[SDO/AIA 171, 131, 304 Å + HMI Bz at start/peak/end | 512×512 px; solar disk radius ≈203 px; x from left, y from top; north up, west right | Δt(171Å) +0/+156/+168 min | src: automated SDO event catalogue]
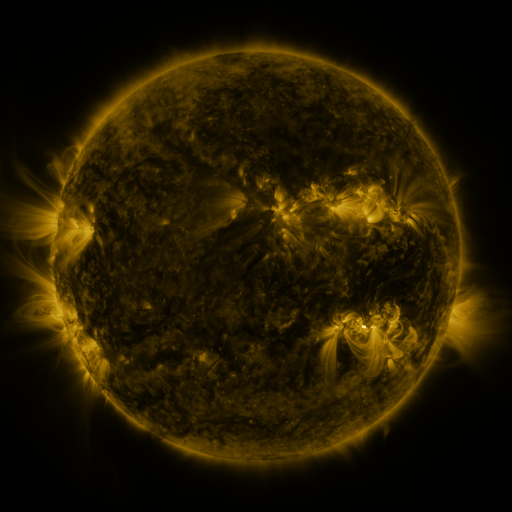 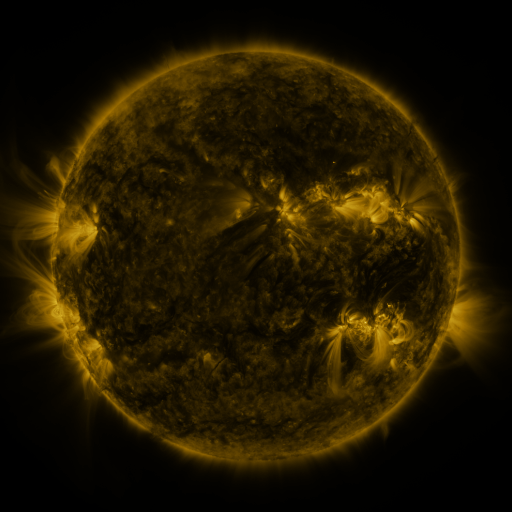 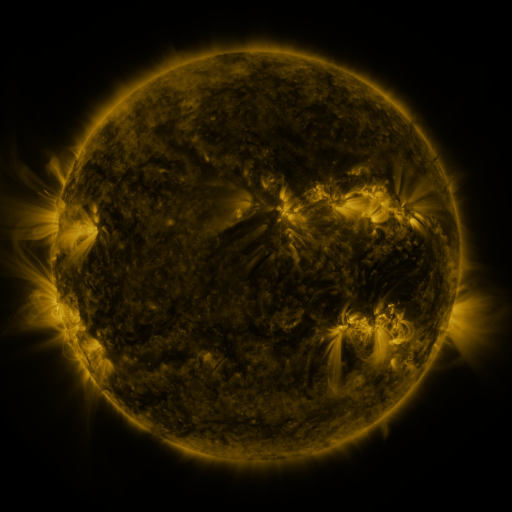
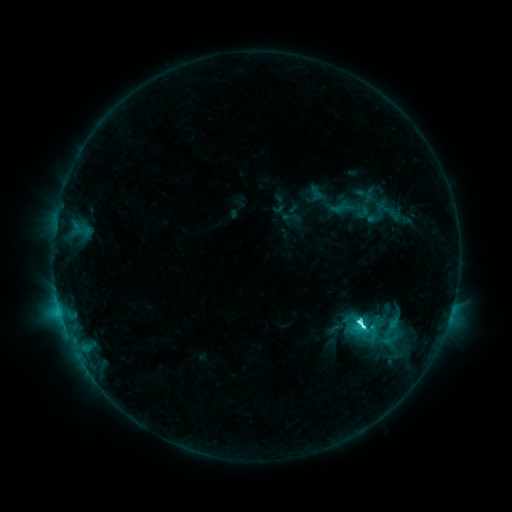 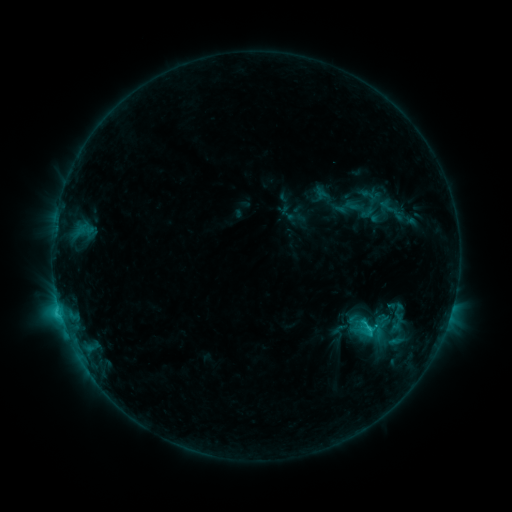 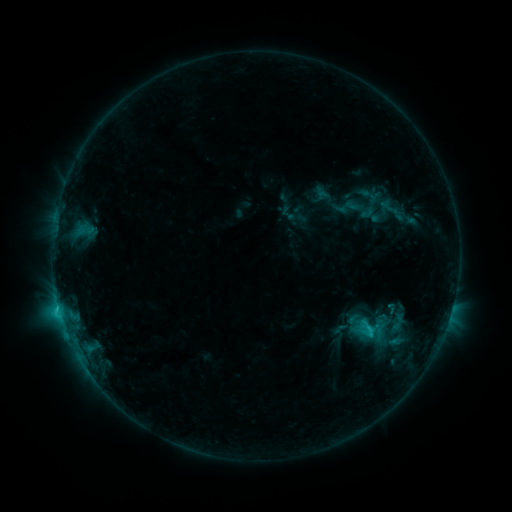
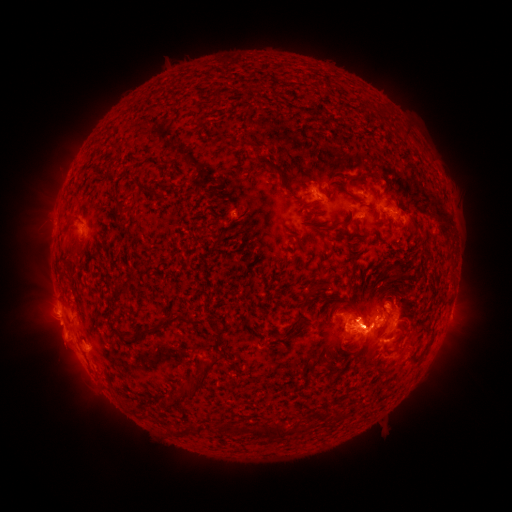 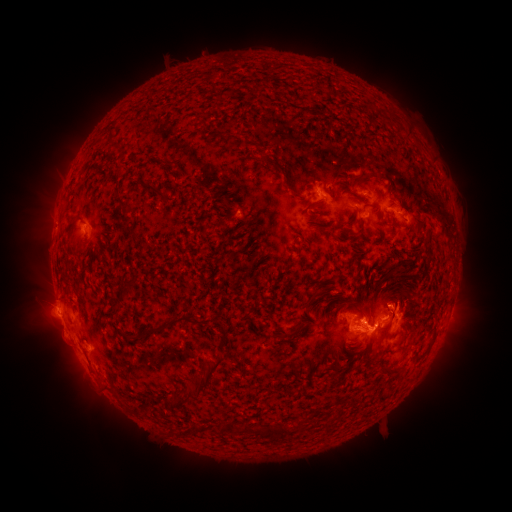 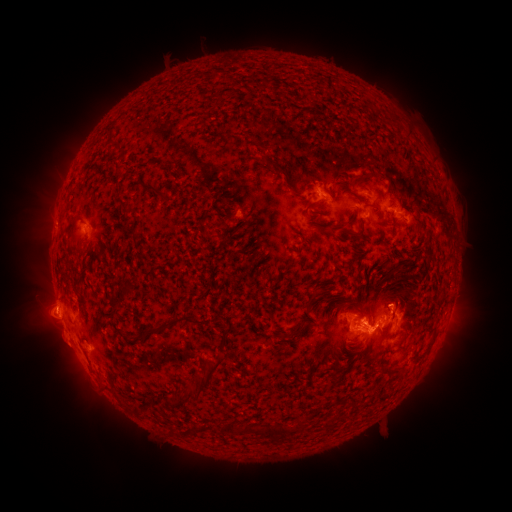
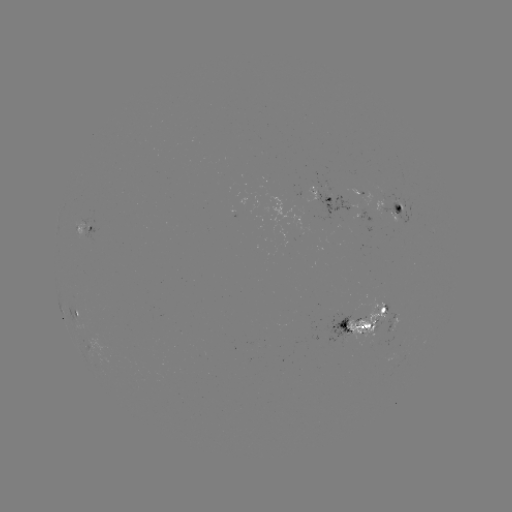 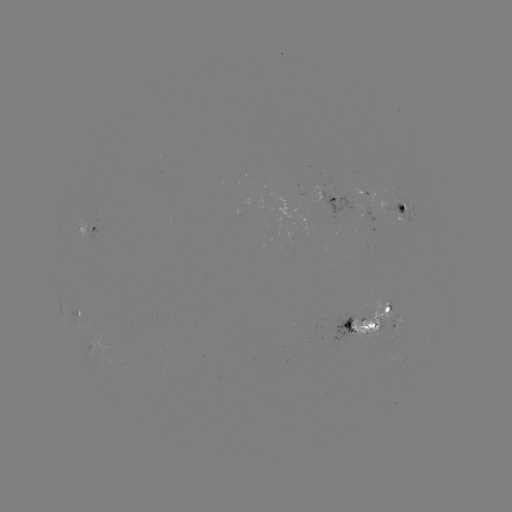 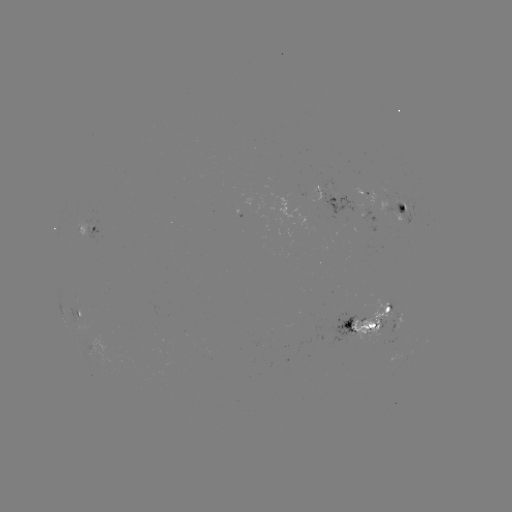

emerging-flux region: <bbox>350, 298, 390, 340</bbox>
